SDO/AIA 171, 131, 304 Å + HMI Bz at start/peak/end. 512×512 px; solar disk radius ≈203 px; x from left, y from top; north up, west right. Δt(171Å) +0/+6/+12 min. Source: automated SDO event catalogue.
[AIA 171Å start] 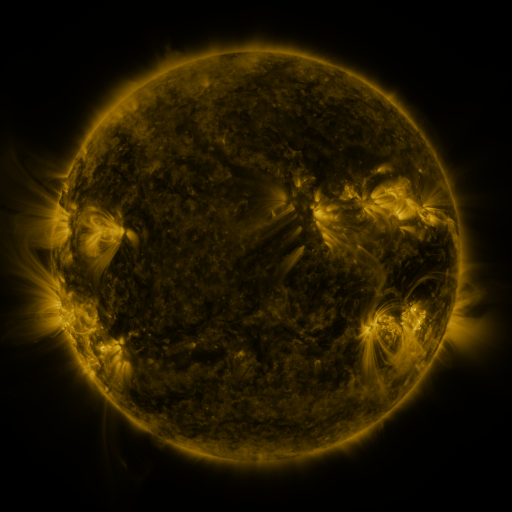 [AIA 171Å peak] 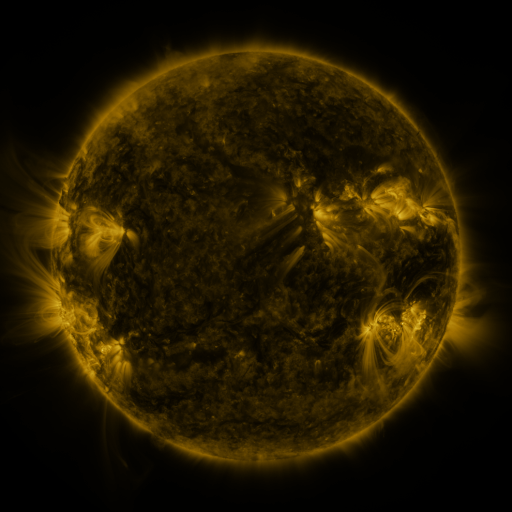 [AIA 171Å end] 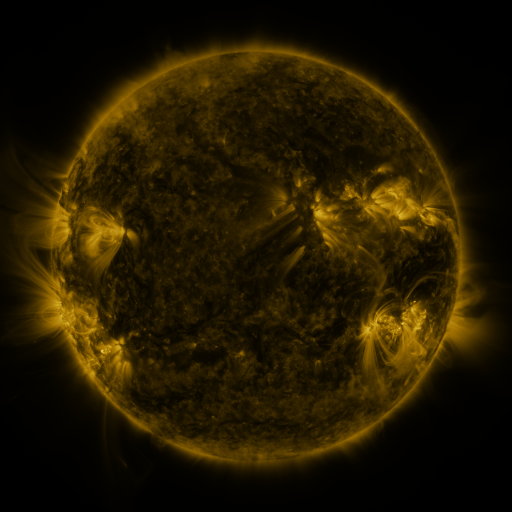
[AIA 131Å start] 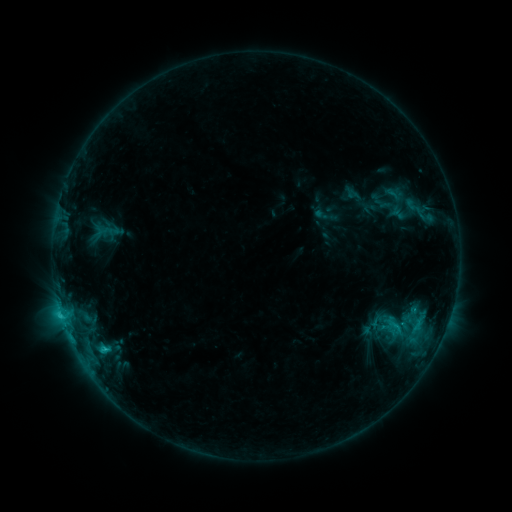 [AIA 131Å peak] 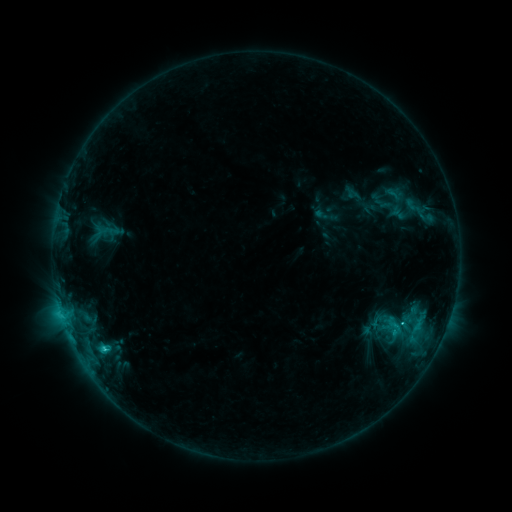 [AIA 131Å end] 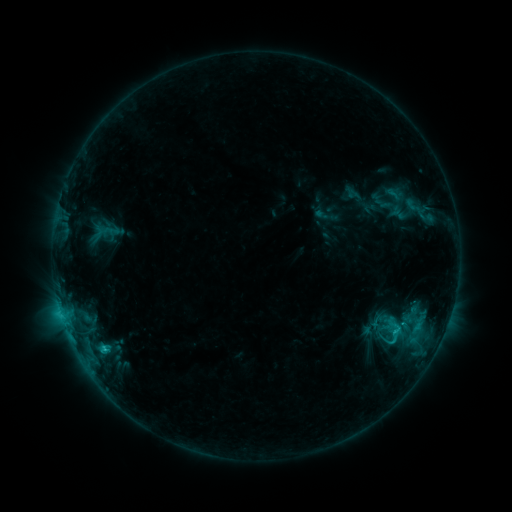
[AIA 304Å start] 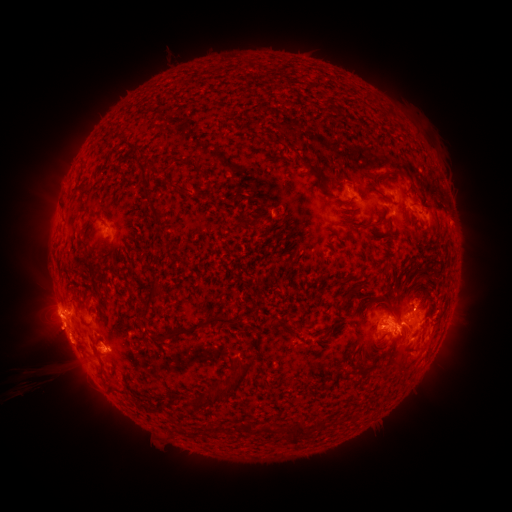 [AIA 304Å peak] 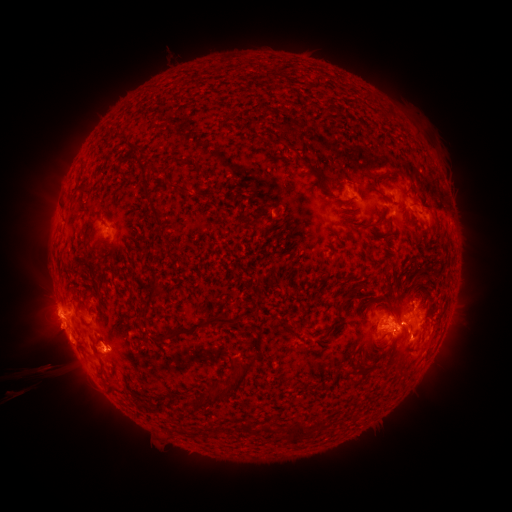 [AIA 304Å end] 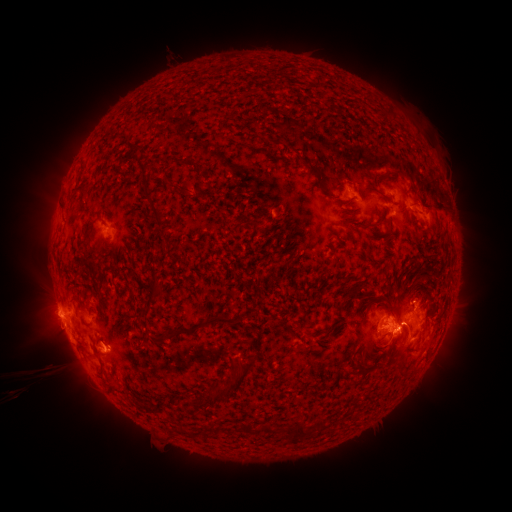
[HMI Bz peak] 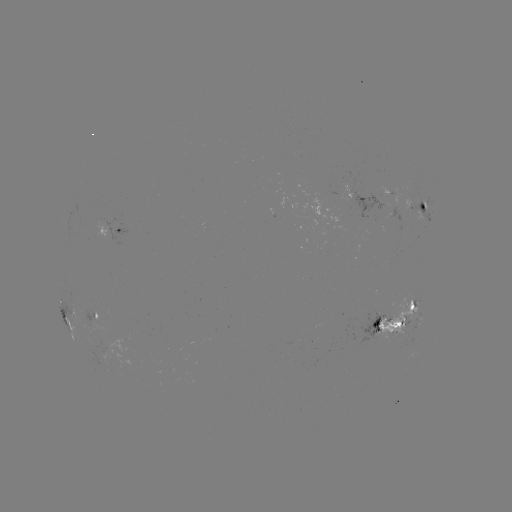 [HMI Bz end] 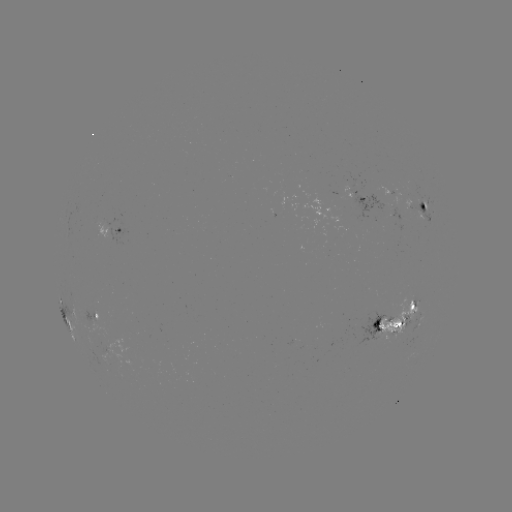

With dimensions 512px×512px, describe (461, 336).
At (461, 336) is eruption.